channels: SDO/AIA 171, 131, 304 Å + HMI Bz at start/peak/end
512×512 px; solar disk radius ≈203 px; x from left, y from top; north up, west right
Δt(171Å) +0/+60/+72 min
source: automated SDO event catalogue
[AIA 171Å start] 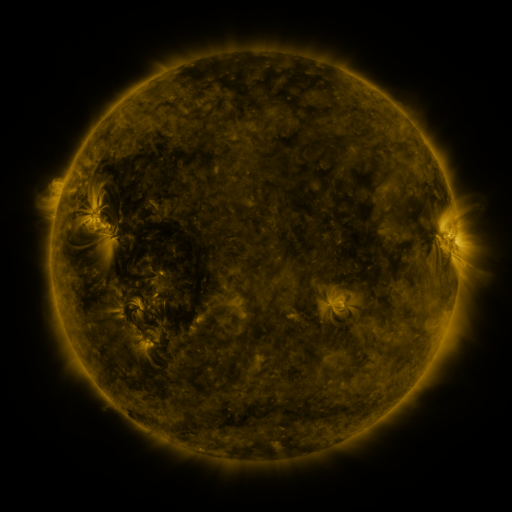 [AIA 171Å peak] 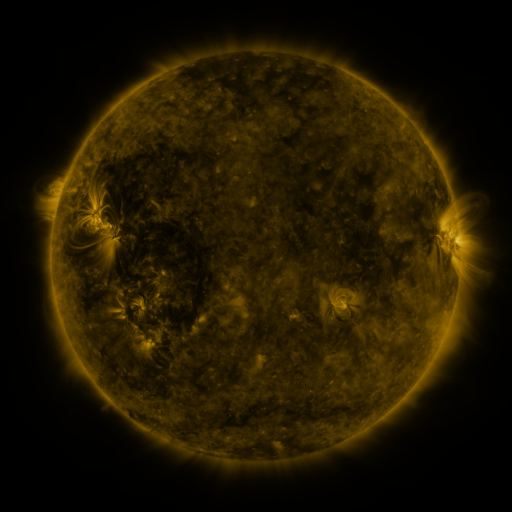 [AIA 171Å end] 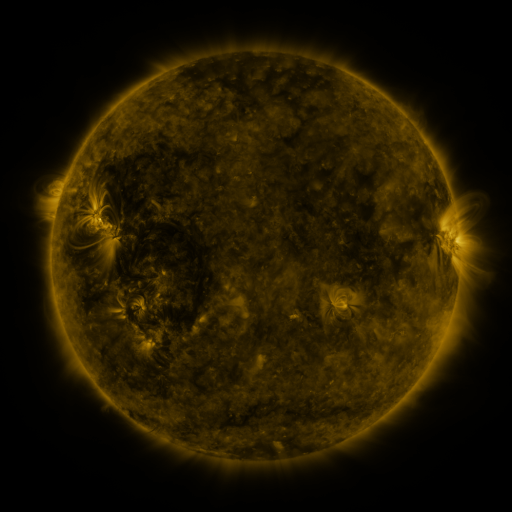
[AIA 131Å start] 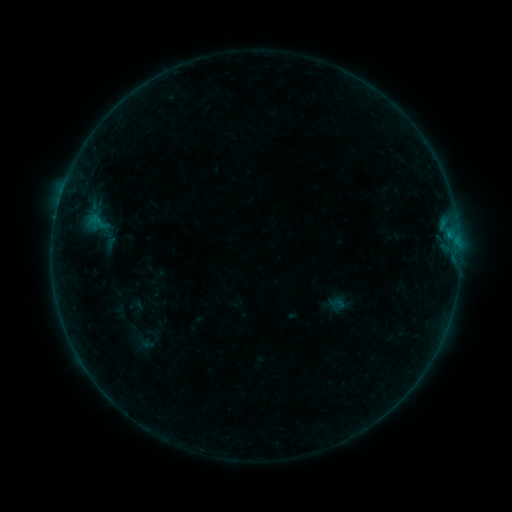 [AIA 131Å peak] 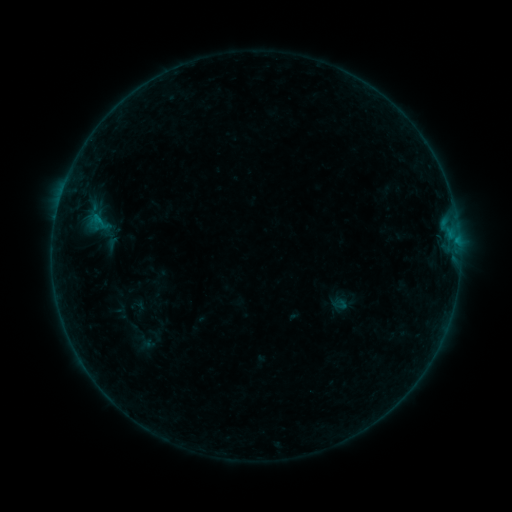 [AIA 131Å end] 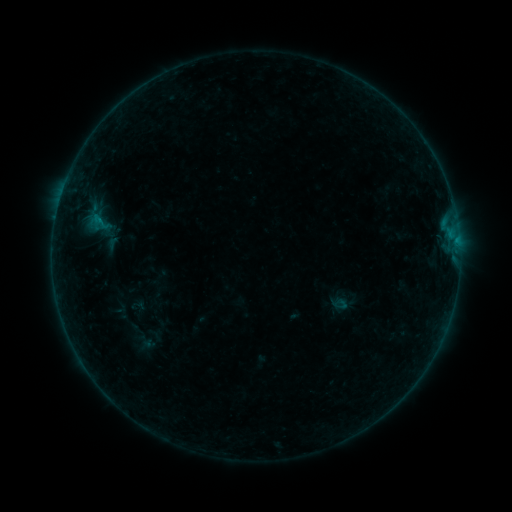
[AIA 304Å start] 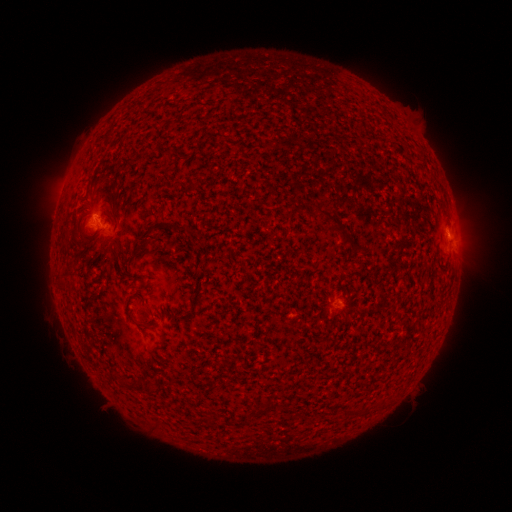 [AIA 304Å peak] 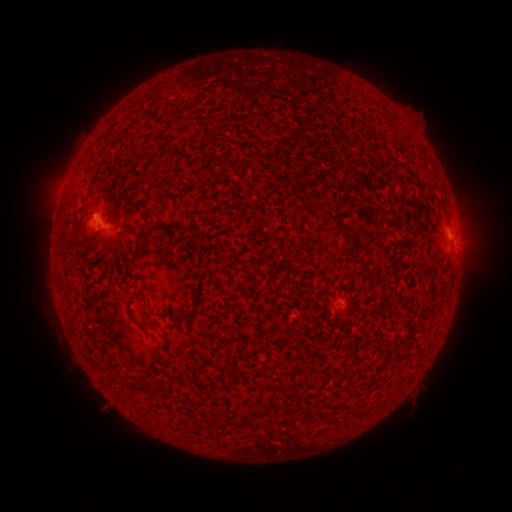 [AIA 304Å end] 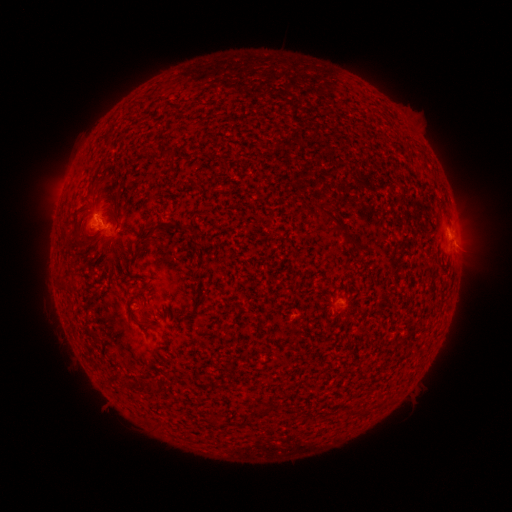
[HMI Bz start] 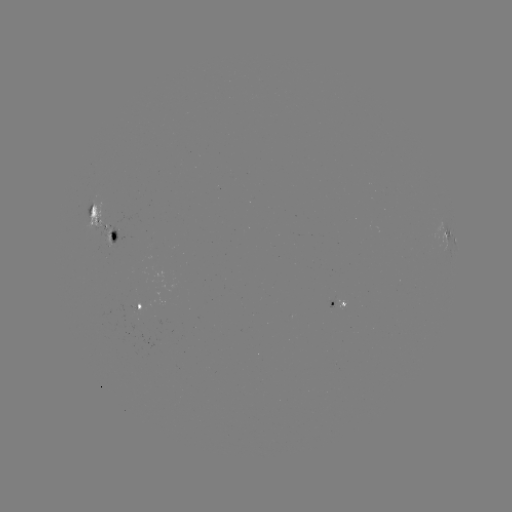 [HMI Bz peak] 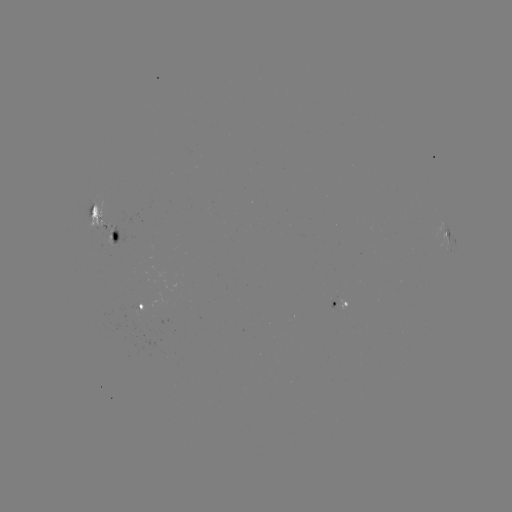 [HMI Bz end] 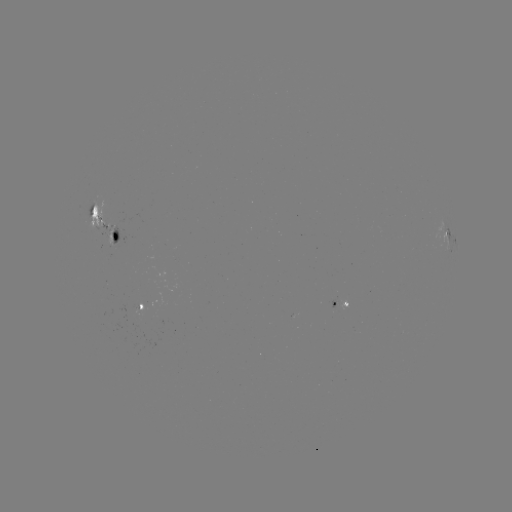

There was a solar emerging-flux region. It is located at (134, 310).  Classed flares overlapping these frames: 1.